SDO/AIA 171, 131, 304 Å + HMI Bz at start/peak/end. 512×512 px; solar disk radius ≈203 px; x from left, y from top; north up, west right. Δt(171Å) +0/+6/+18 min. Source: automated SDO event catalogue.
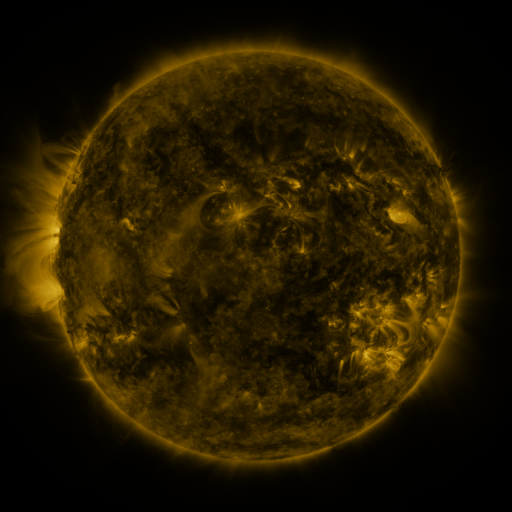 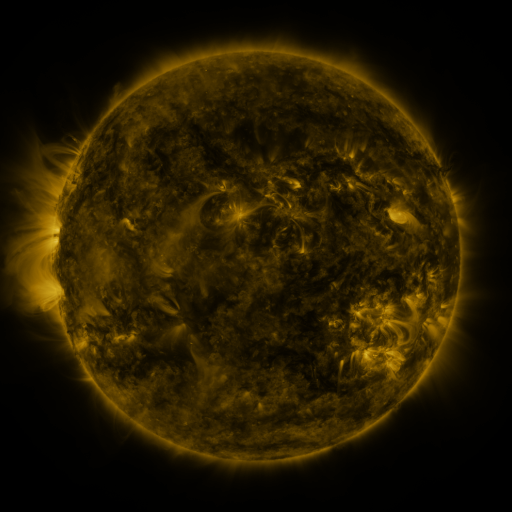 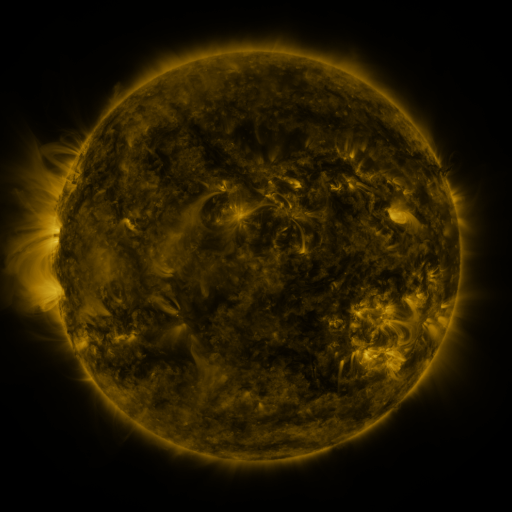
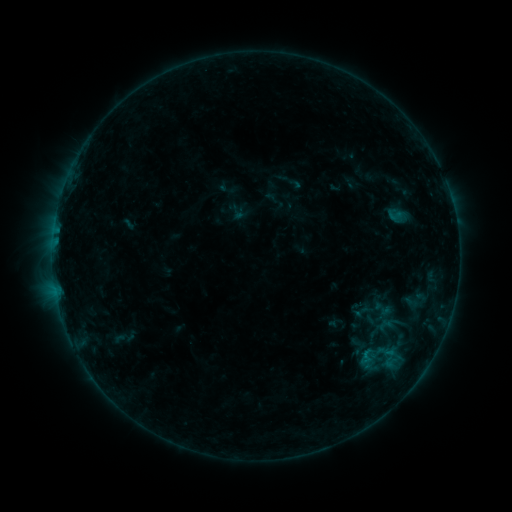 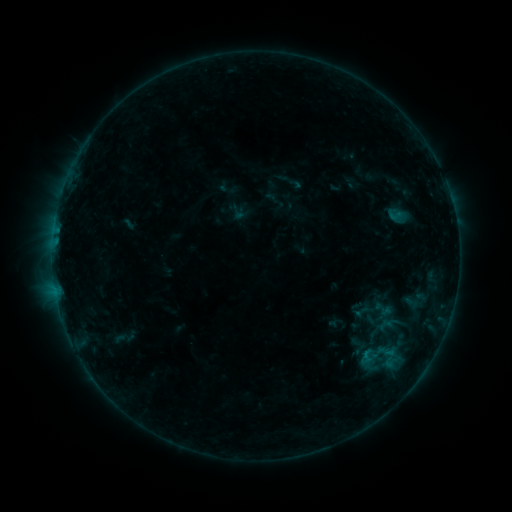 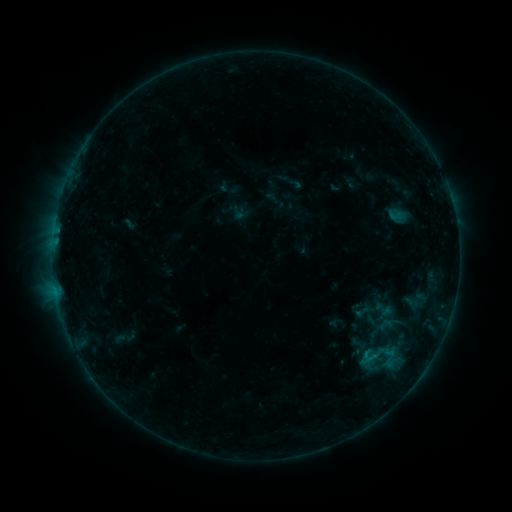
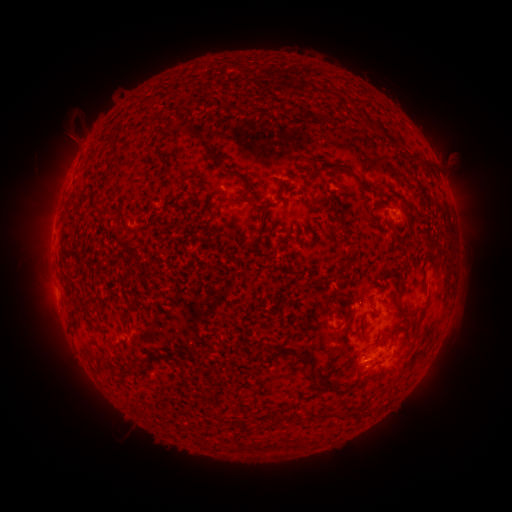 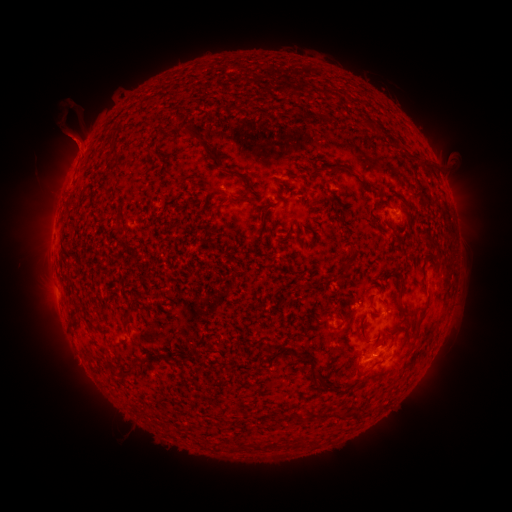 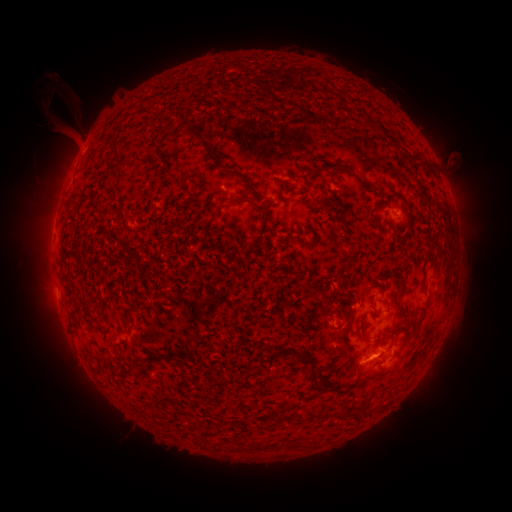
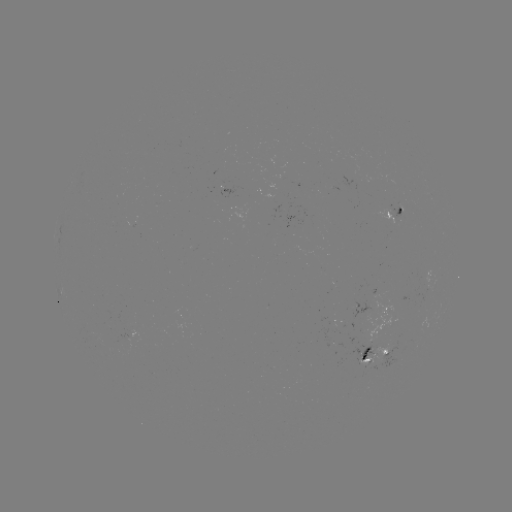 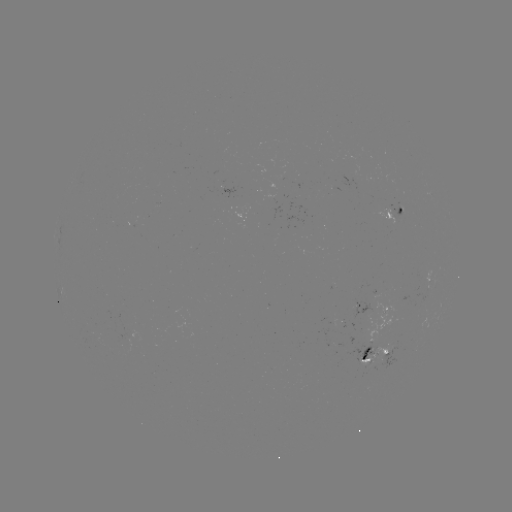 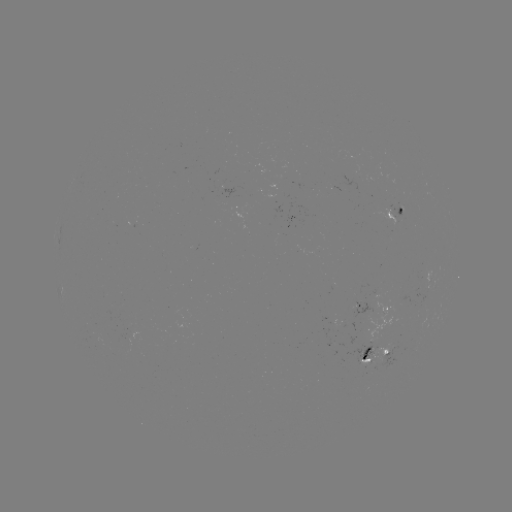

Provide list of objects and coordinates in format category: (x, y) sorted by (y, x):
eruption: (69, 126)
